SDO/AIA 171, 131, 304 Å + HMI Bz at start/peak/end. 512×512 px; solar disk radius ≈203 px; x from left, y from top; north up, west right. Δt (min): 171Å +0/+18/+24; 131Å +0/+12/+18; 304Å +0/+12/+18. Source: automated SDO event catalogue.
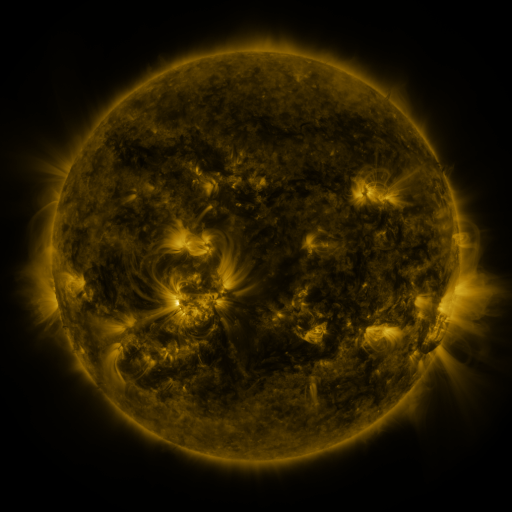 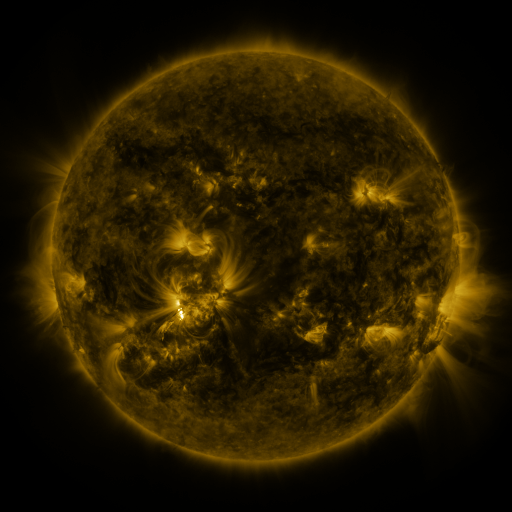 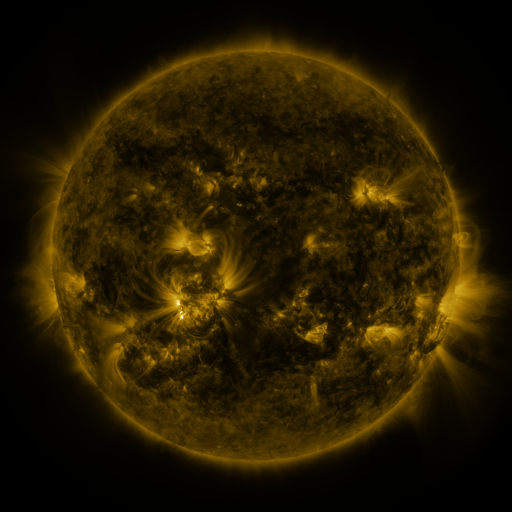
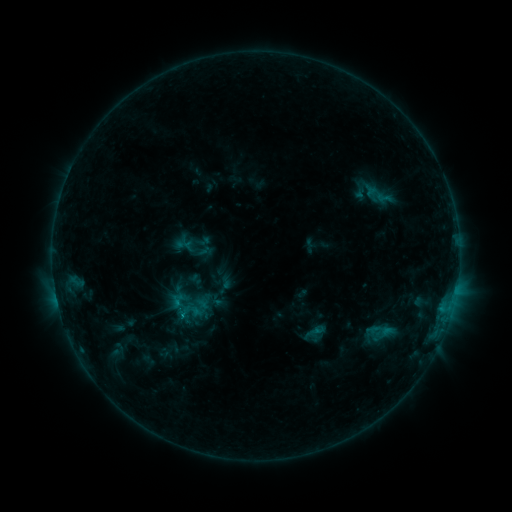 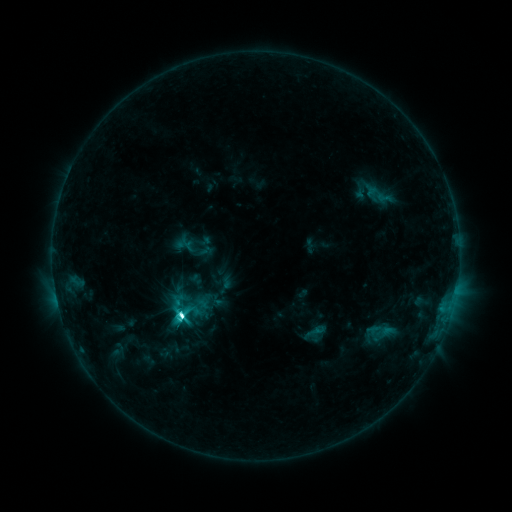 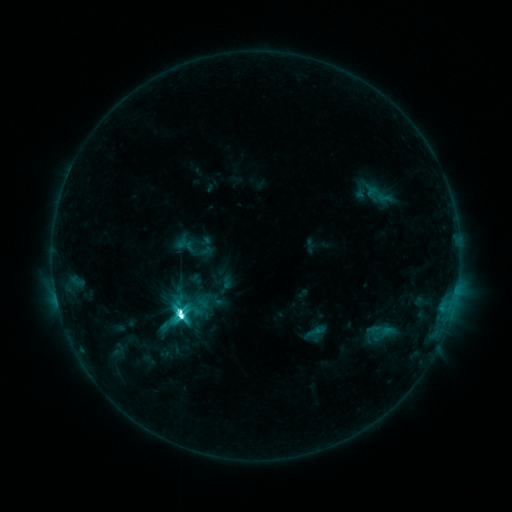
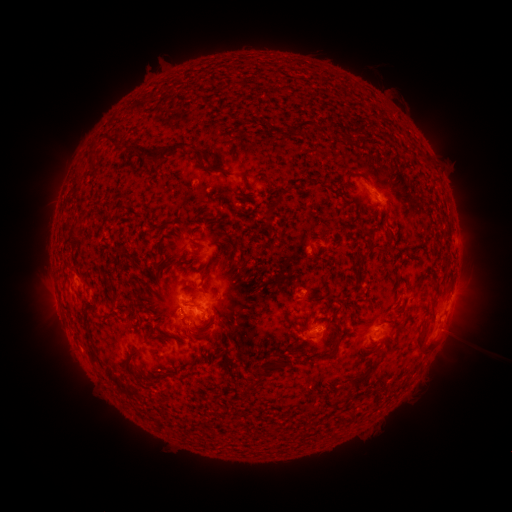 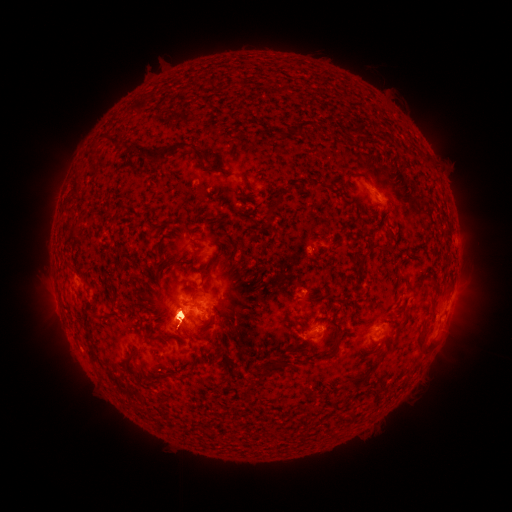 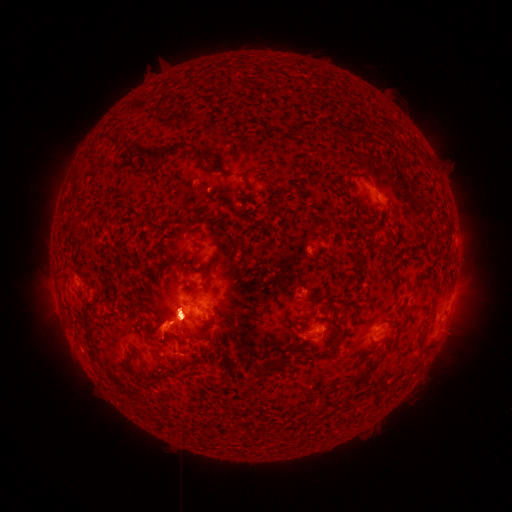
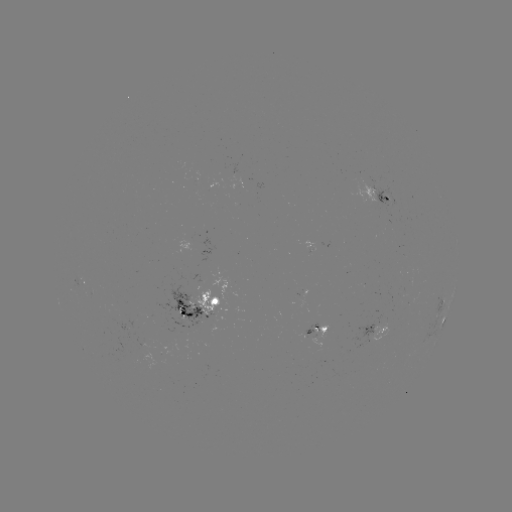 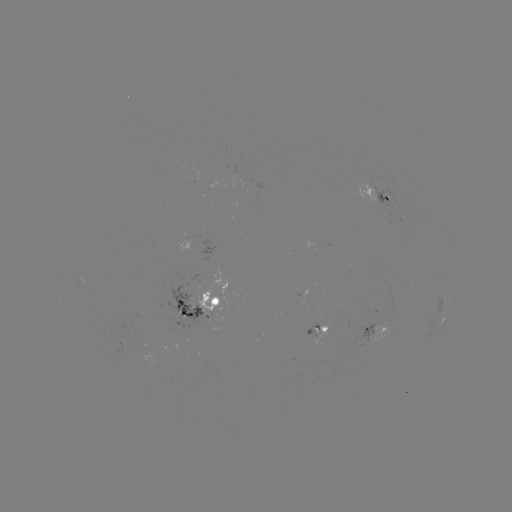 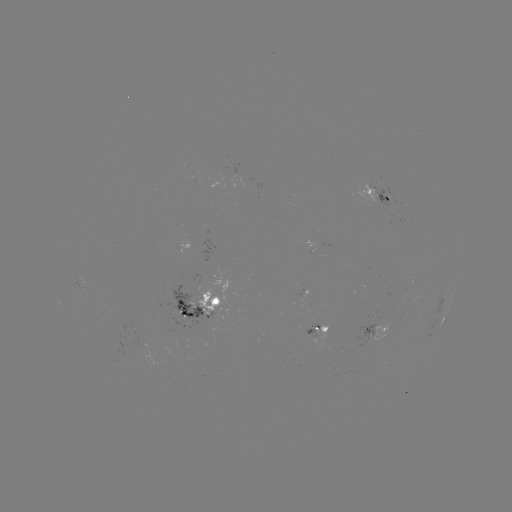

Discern M2.4 flare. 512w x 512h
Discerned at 181,313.